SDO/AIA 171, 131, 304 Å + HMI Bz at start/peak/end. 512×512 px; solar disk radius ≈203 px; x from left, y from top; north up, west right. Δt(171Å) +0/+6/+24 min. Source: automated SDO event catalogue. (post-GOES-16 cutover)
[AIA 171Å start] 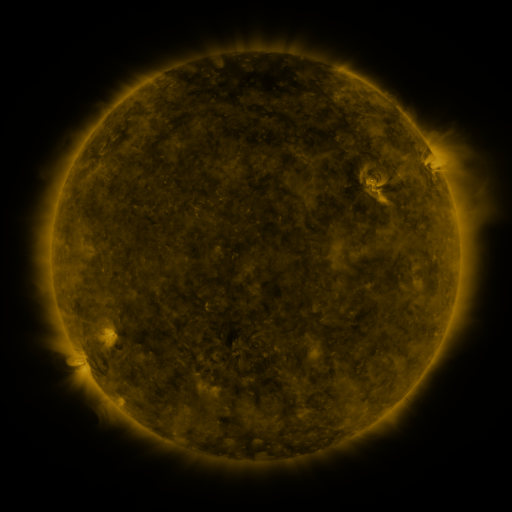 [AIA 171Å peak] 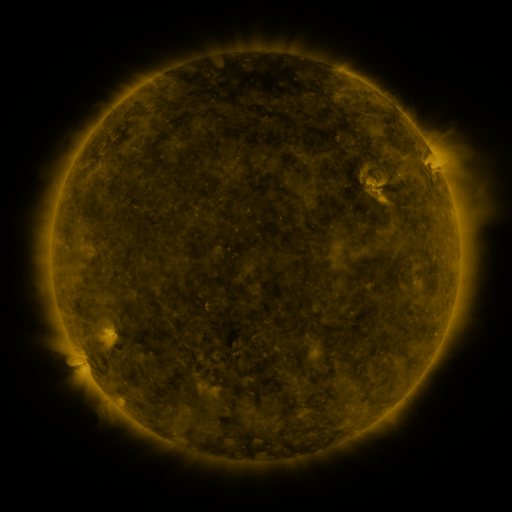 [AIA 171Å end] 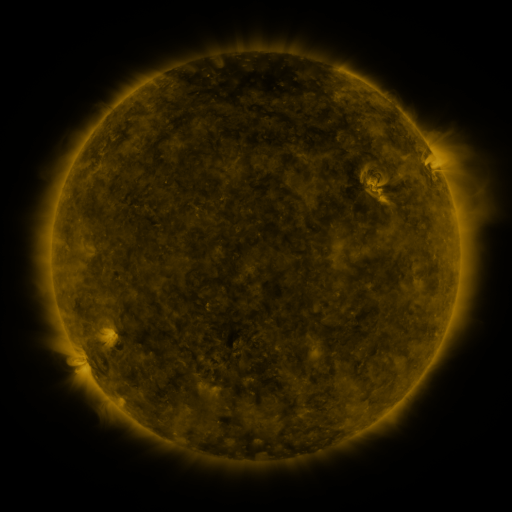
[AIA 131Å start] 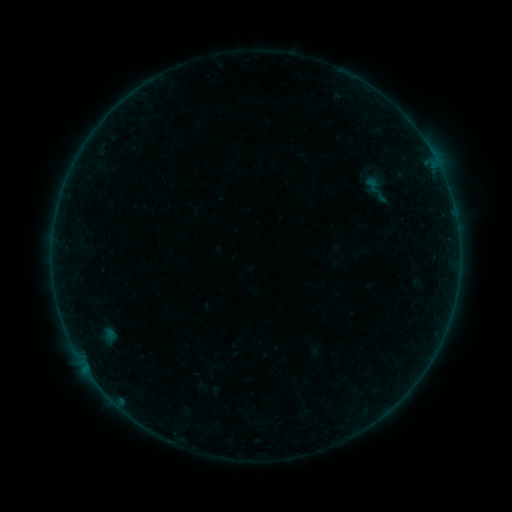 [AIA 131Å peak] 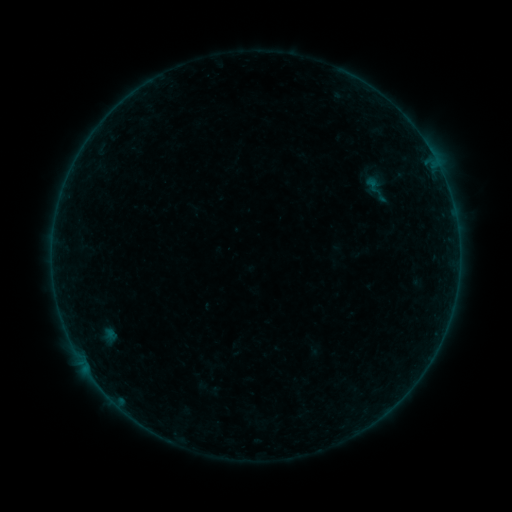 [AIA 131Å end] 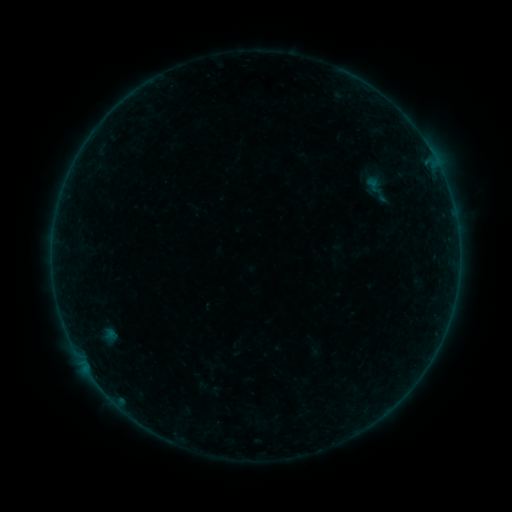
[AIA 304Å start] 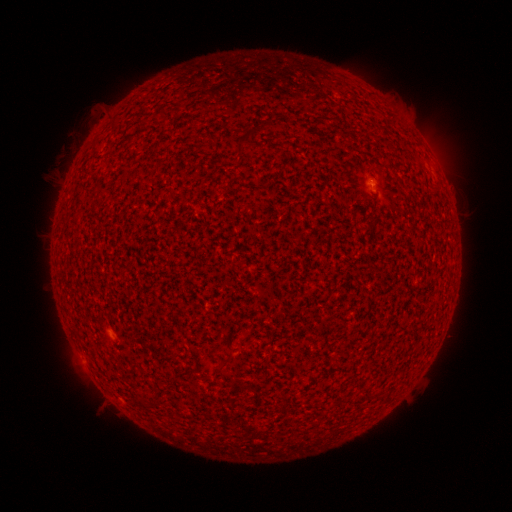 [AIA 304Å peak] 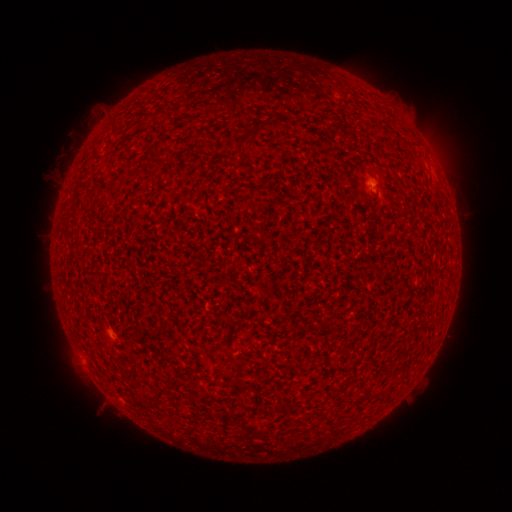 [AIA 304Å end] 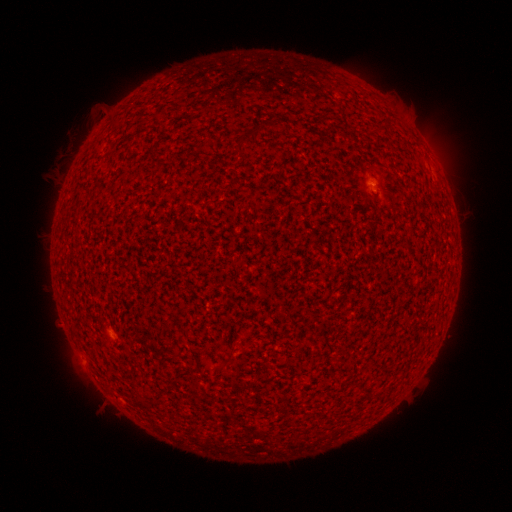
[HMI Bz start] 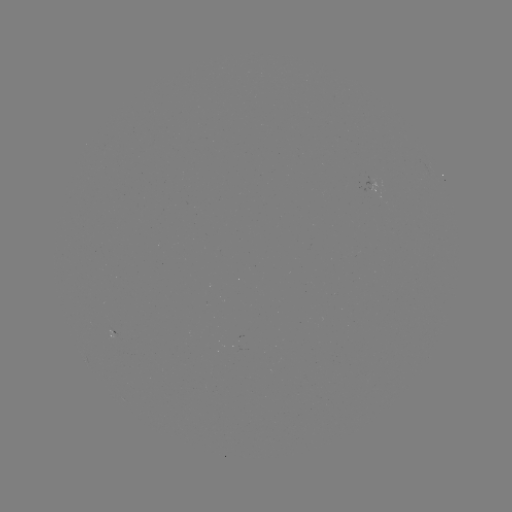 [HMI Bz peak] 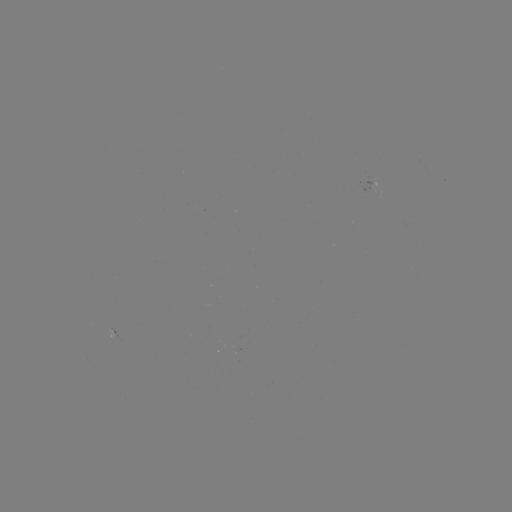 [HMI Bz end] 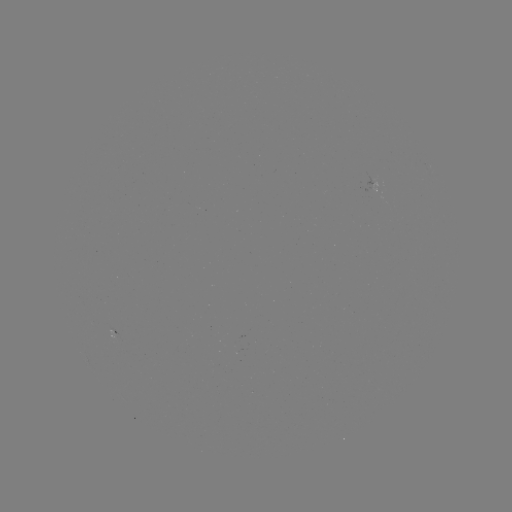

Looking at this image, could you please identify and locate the A3.5 flare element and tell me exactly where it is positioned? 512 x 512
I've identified A3.5 flare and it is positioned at [371, 183].